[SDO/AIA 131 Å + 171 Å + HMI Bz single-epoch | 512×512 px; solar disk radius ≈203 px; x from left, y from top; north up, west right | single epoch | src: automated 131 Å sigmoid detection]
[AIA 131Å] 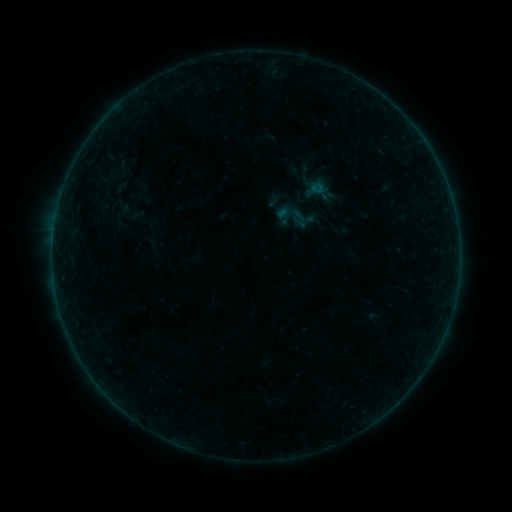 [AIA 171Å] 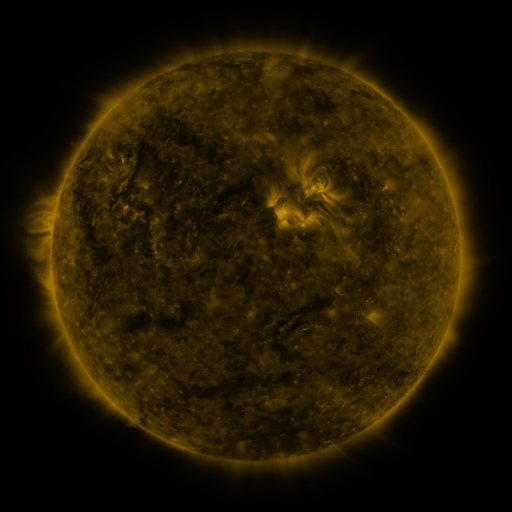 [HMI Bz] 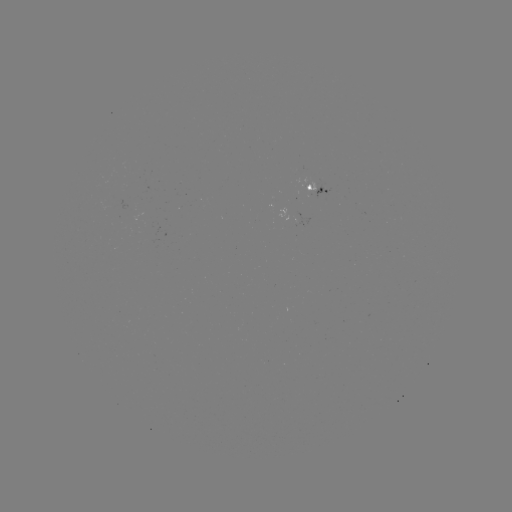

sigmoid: (275, 198, 311, 234)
